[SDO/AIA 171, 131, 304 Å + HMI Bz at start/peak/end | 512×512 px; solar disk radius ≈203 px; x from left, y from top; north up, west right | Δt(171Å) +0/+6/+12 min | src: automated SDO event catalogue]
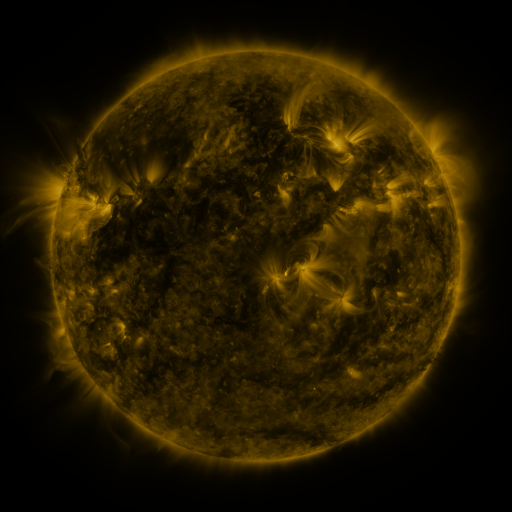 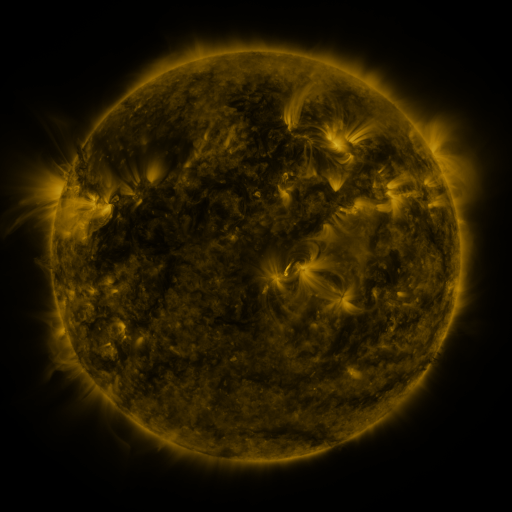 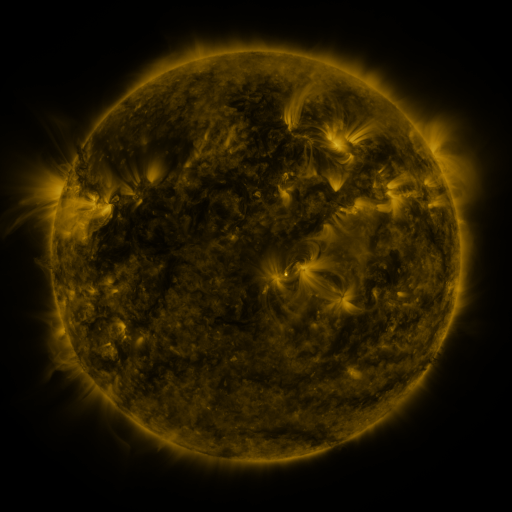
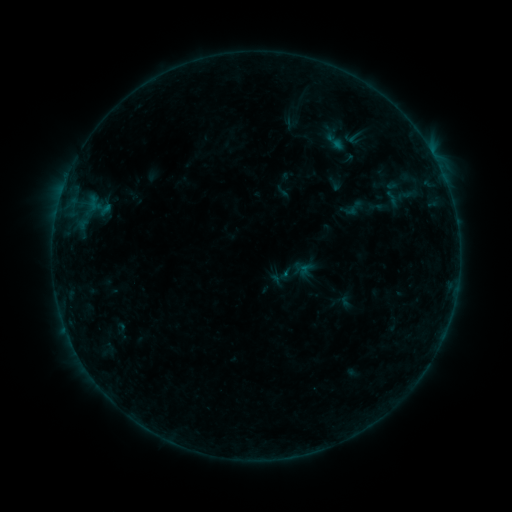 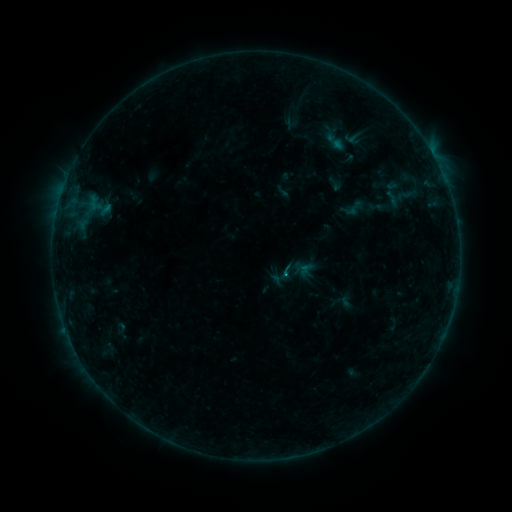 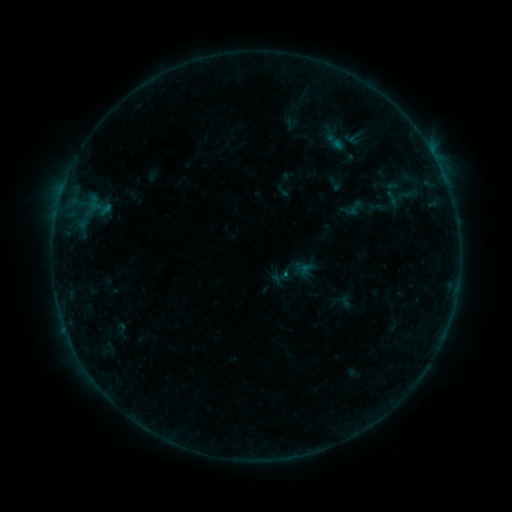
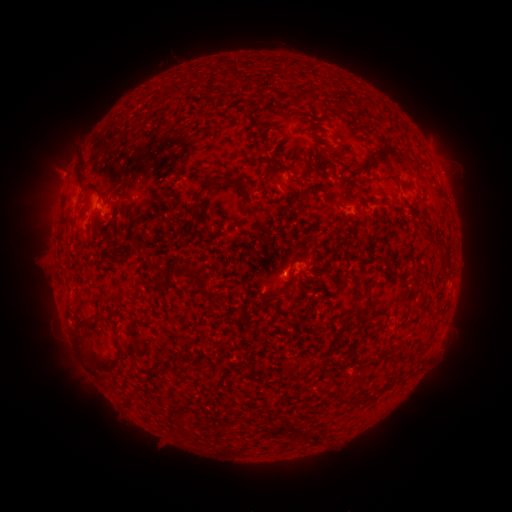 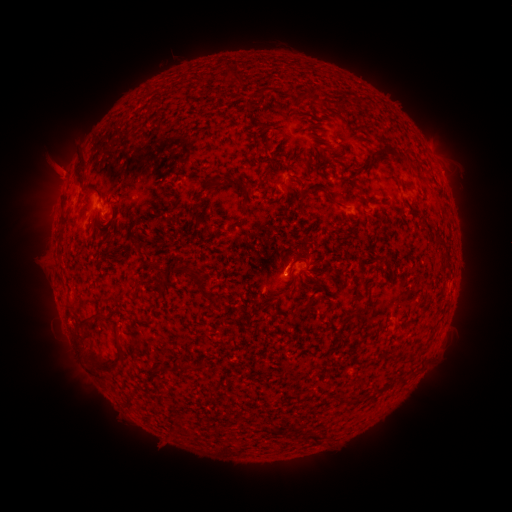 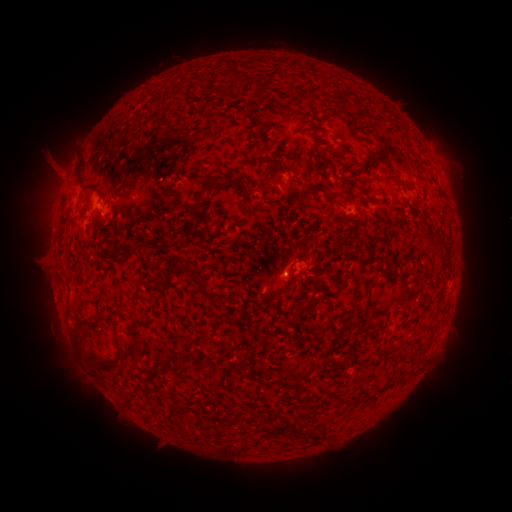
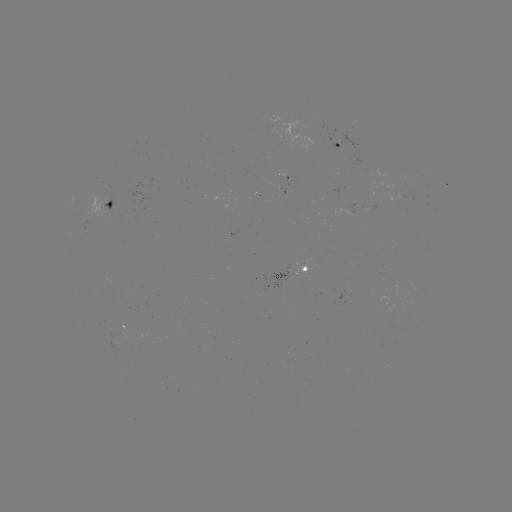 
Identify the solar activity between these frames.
eruption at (57, 169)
